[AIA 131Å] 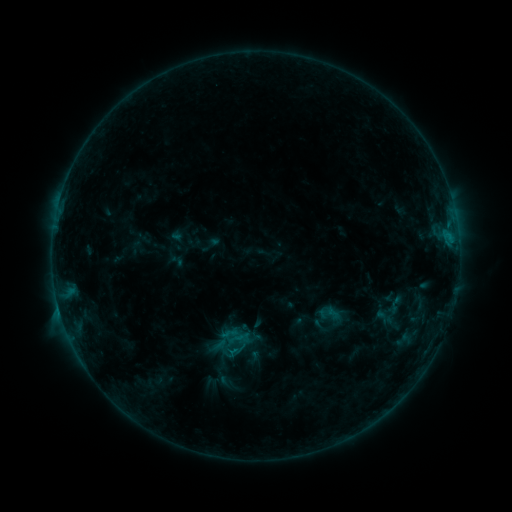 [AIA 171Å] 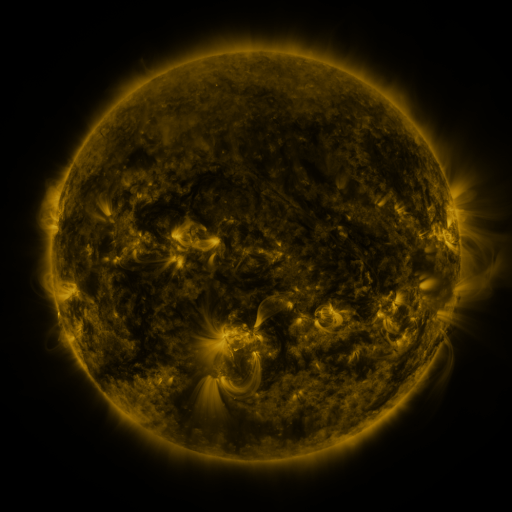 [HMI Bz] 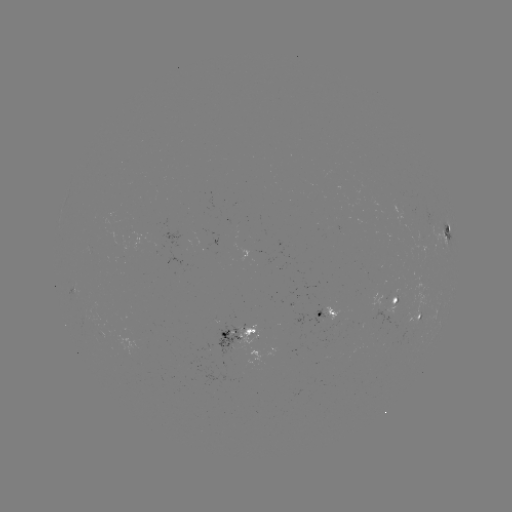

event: sigmoid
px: (328, 314)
